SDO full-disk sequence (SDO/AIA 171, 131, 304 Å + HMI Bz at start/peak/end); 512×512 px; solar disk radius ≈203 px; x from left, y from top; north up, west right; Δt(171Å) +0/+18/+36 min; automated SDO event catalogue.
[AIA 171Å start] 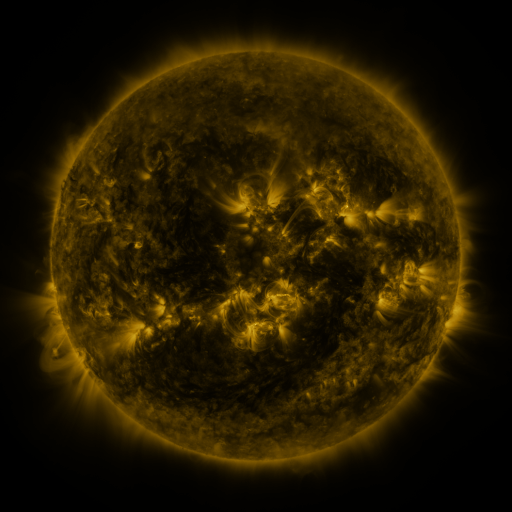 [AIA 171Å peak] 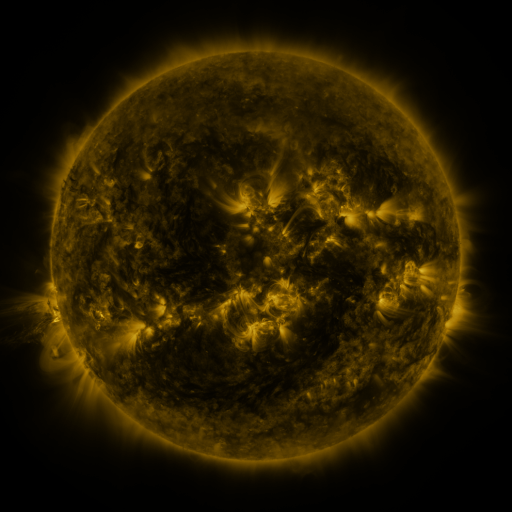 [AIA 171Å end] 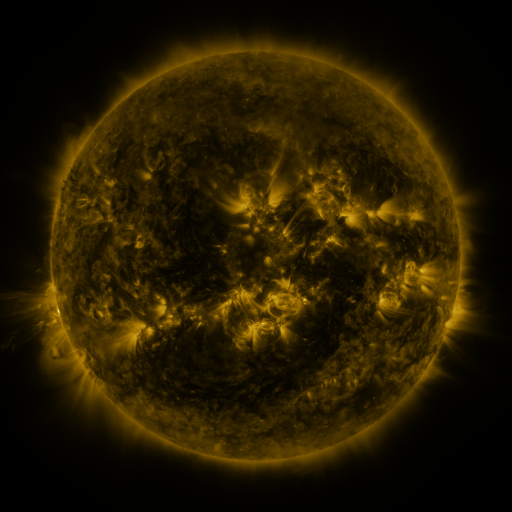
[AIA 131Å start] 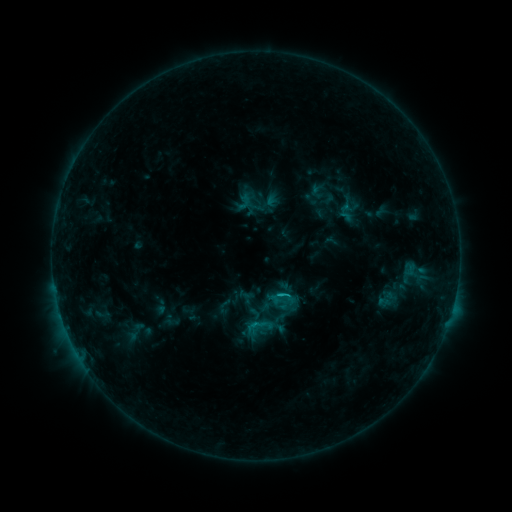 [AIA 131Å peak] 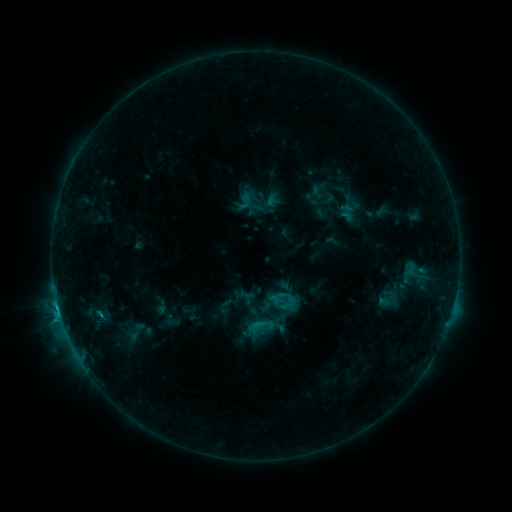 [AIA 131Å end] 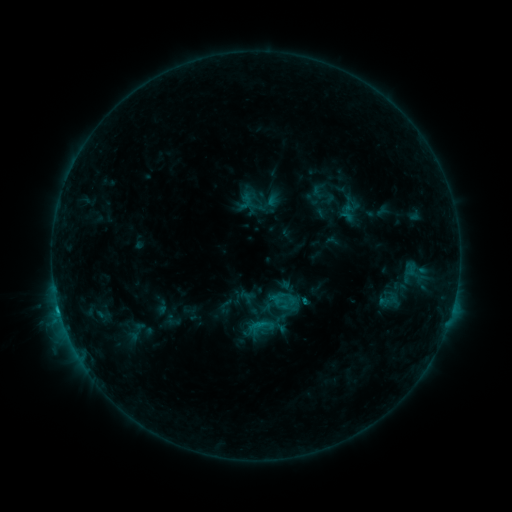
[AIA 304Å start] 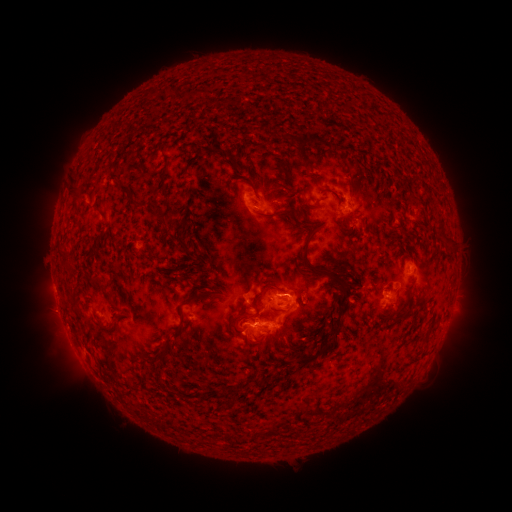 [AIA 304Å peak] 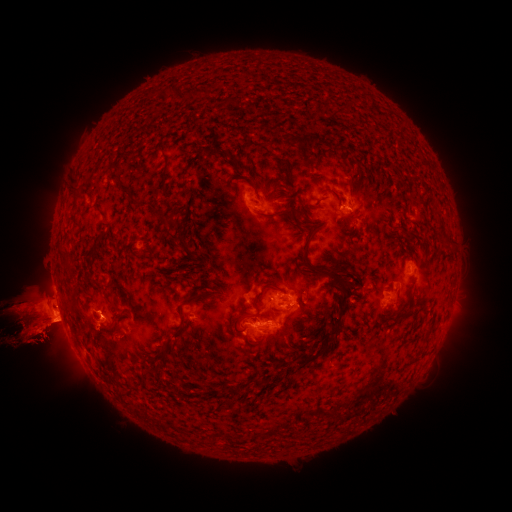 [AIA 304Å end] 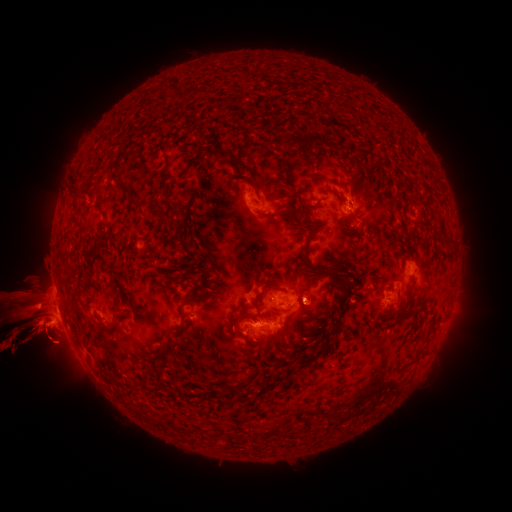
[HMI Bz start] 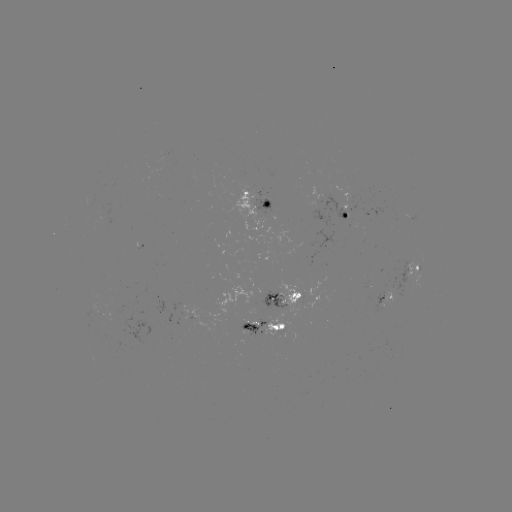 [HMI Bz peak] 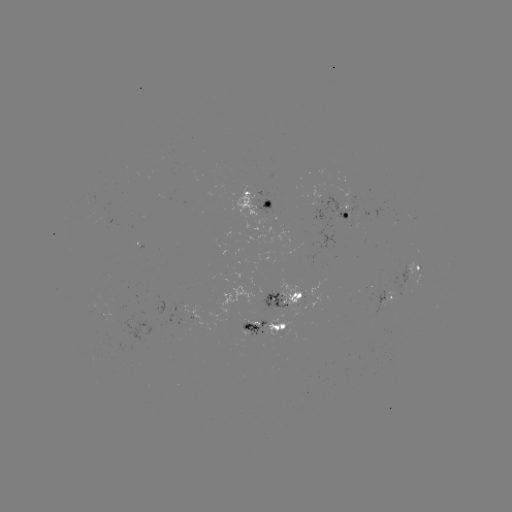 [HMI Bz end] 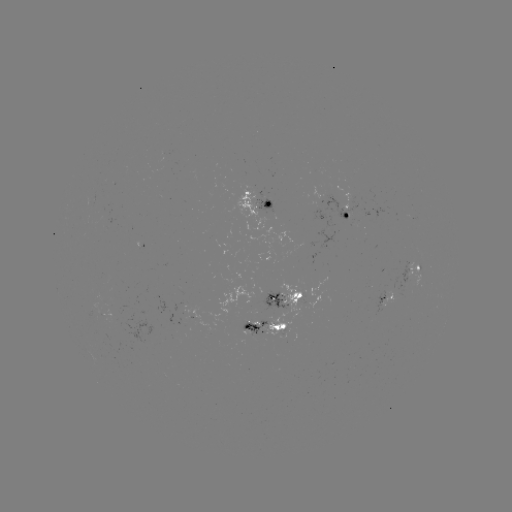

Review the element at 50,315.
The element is eruption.